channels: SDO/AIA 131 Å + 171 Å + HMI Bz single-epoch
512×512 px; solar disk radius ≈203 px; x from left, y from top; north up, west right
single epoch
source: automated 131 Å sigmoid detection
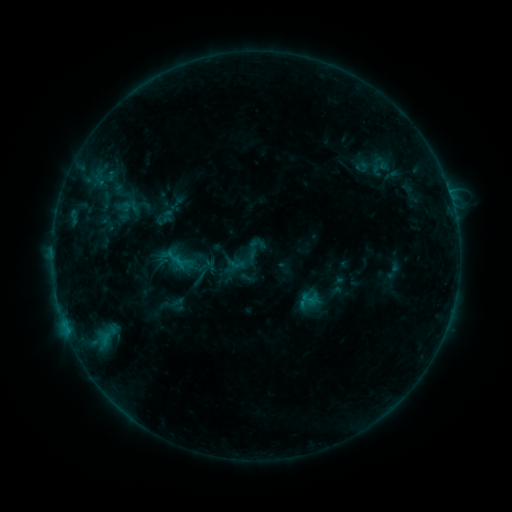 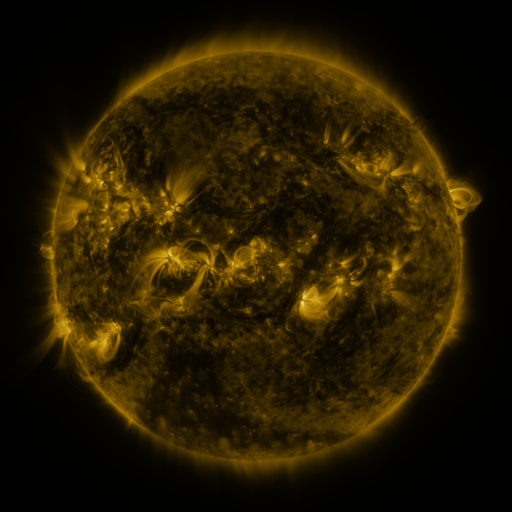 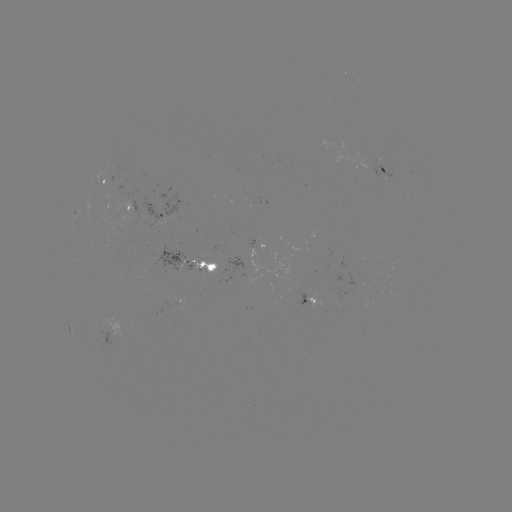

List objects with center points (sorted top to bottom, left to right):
sigmoid: (227, 256, 244, 272)
sigmoid: (300, 290, 317, 308)
